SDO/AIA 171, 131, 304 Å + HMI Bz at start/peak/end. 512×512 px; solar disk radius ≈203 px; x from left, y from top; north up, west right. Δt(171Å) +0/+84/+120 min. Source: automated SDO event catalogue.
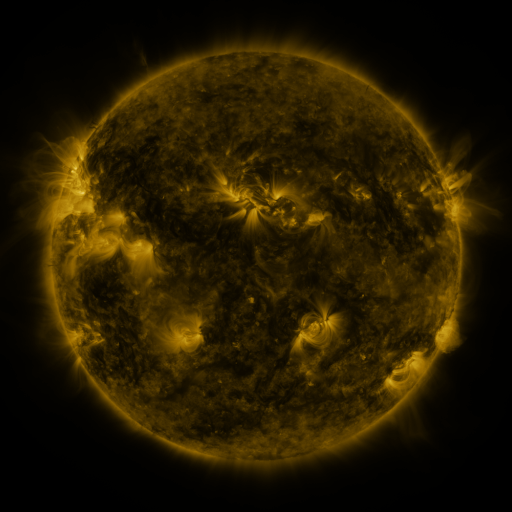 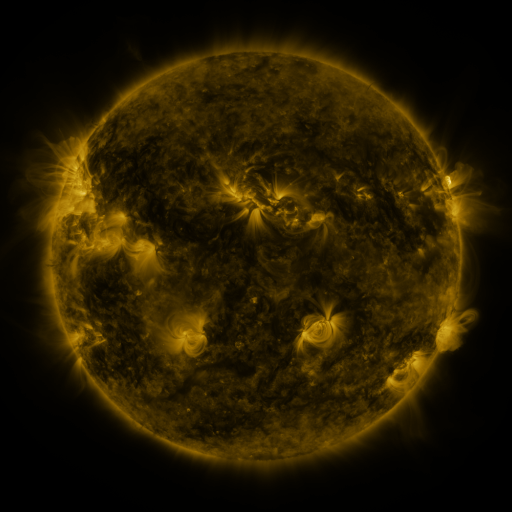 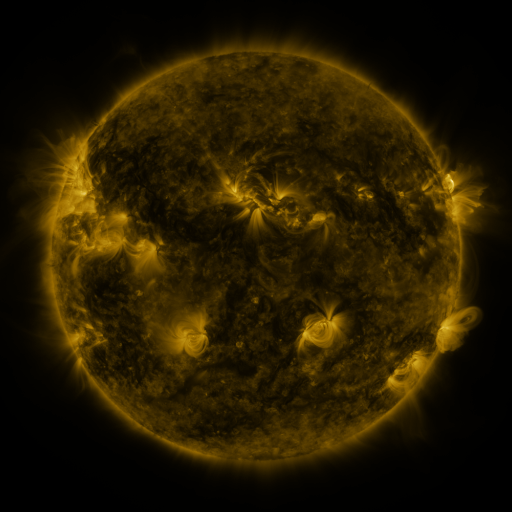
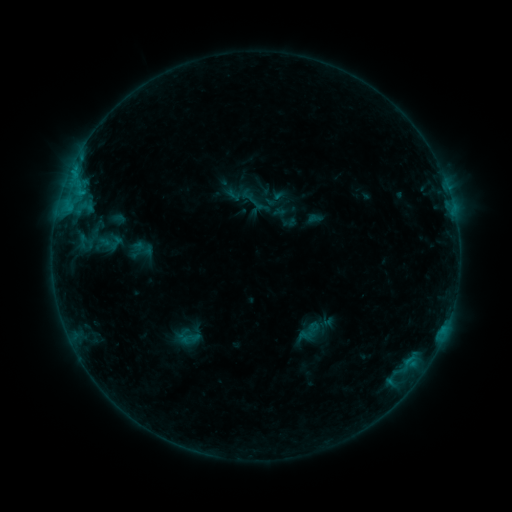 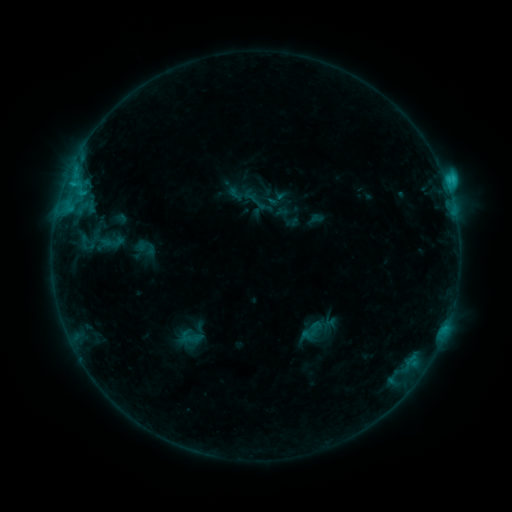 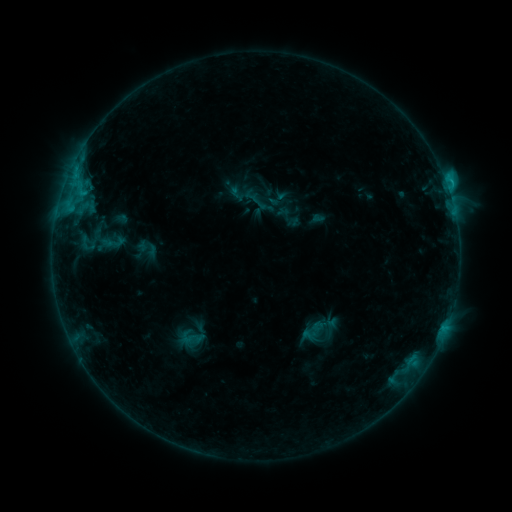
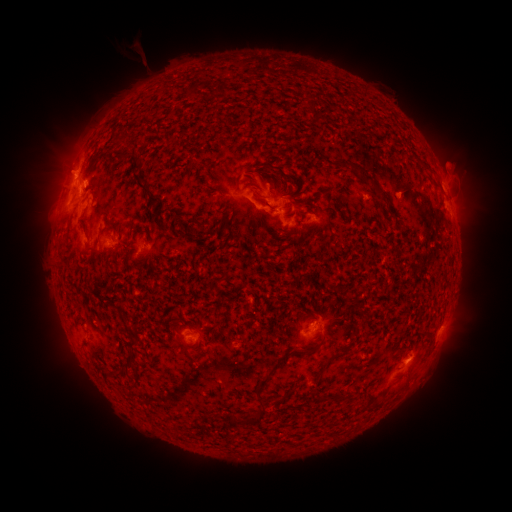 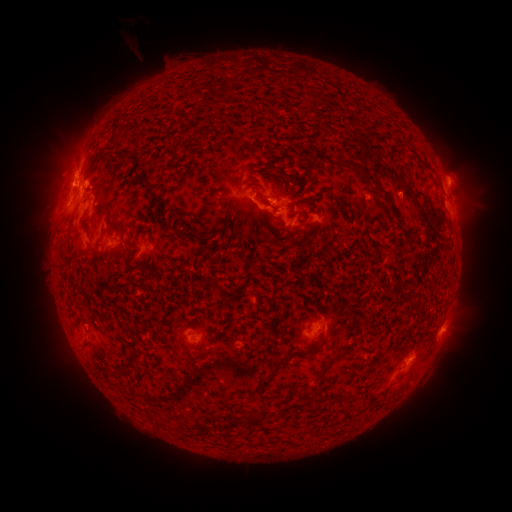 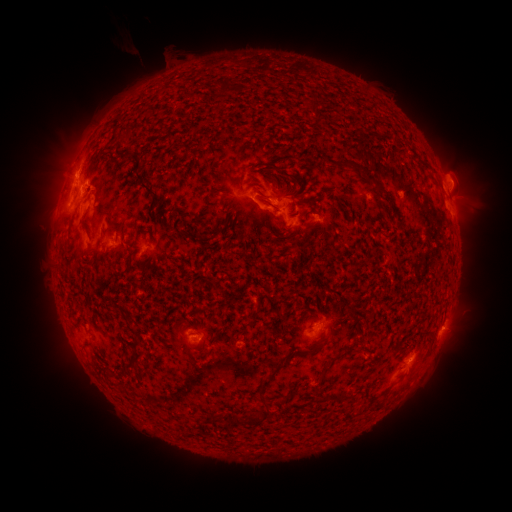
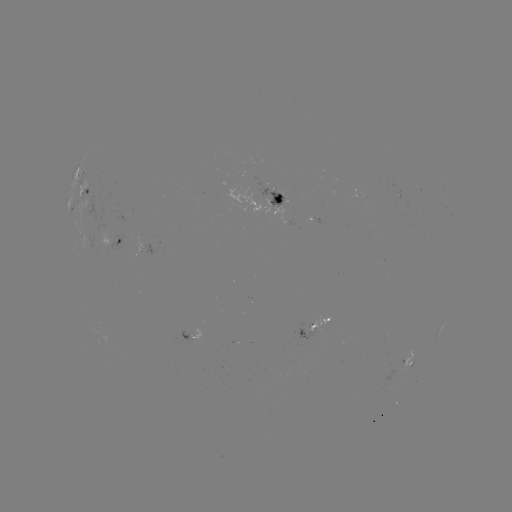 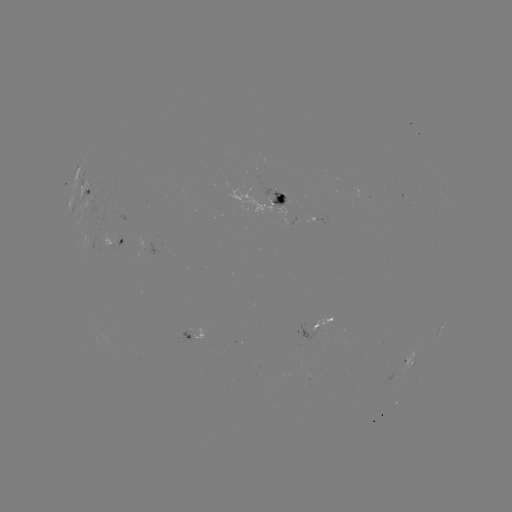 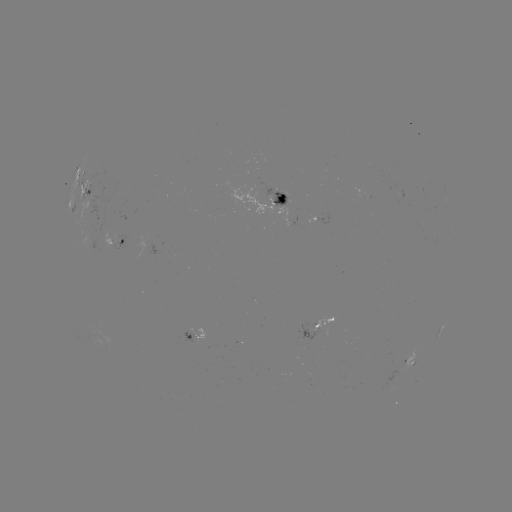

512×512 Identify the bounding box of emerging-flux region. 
[80, 226, 93, 249].